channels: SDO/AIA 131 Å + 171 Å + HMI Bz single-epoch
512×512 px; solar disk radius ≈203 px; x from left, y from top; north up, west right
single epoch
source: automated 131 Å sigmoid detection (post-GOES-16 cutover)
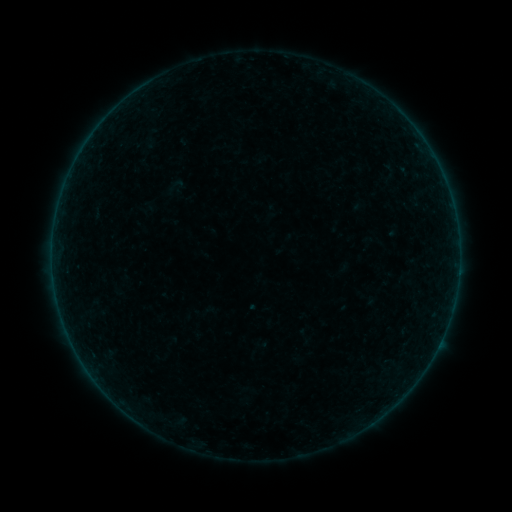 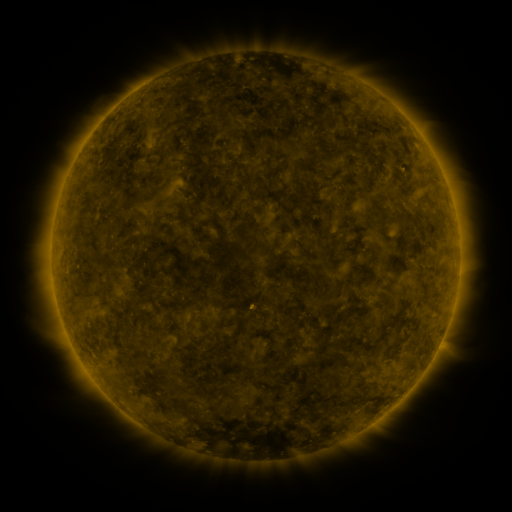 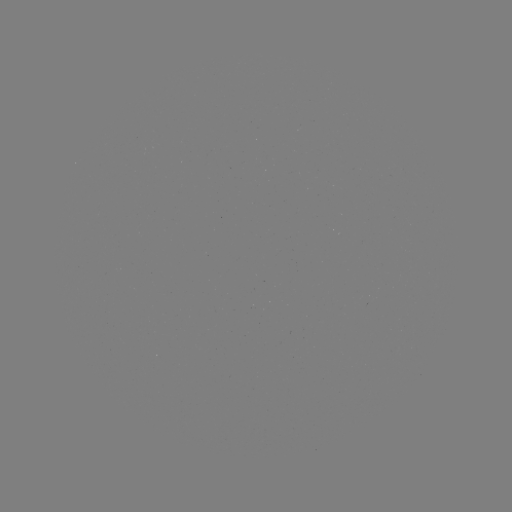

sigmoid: (167, 177, 184, 194)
